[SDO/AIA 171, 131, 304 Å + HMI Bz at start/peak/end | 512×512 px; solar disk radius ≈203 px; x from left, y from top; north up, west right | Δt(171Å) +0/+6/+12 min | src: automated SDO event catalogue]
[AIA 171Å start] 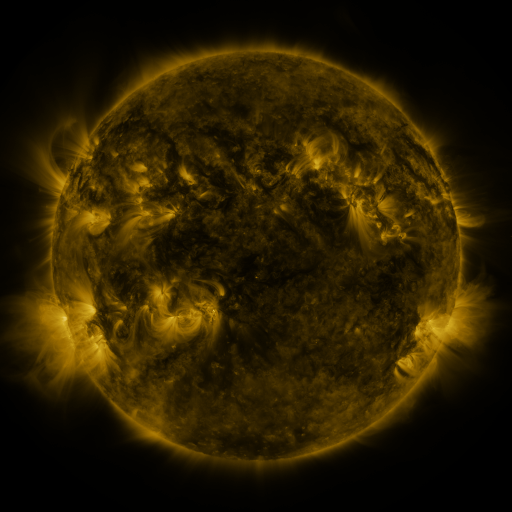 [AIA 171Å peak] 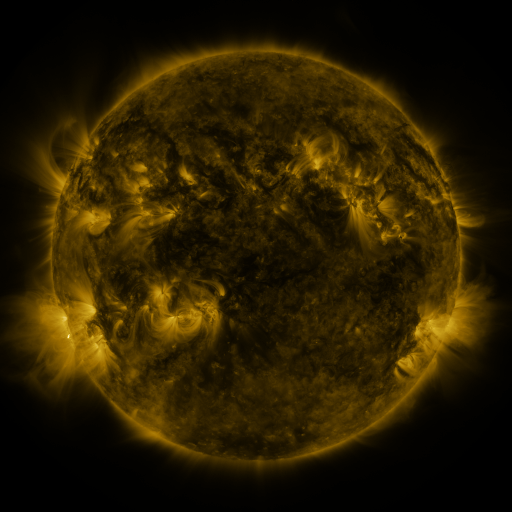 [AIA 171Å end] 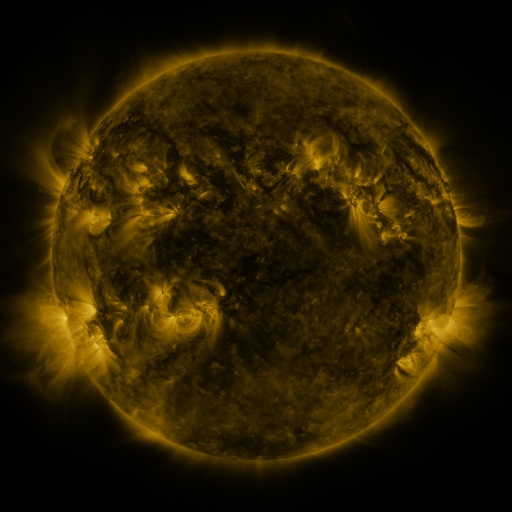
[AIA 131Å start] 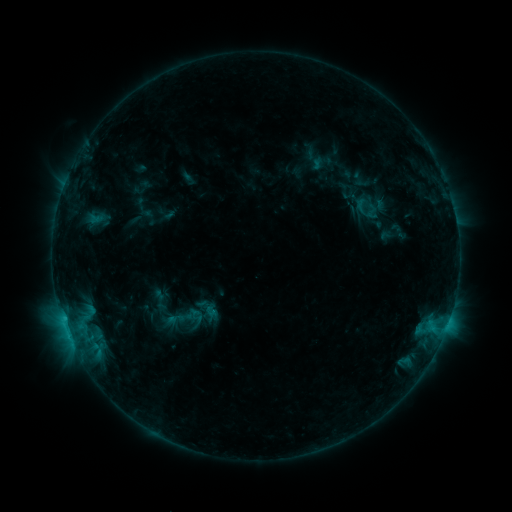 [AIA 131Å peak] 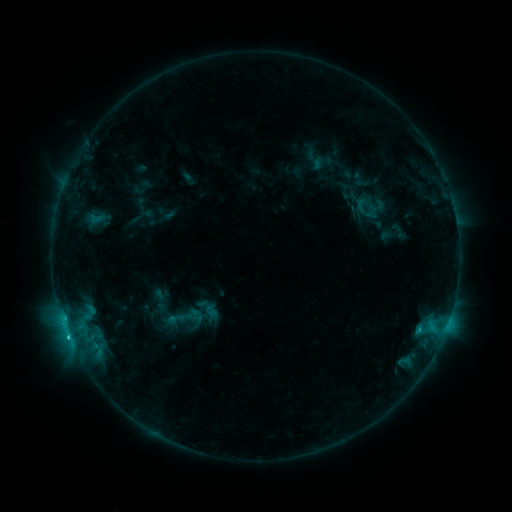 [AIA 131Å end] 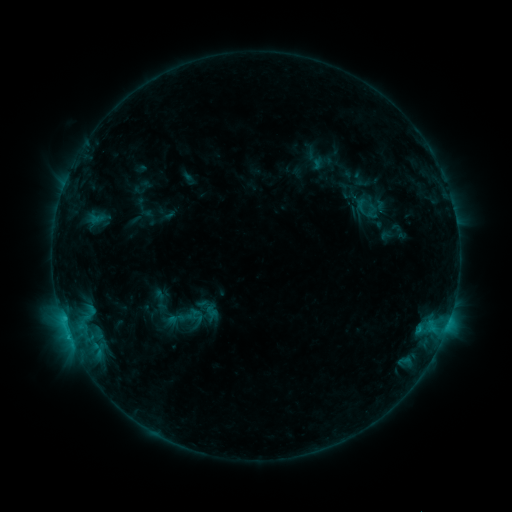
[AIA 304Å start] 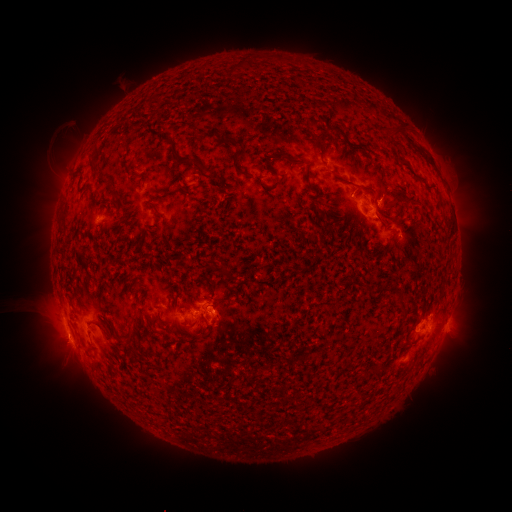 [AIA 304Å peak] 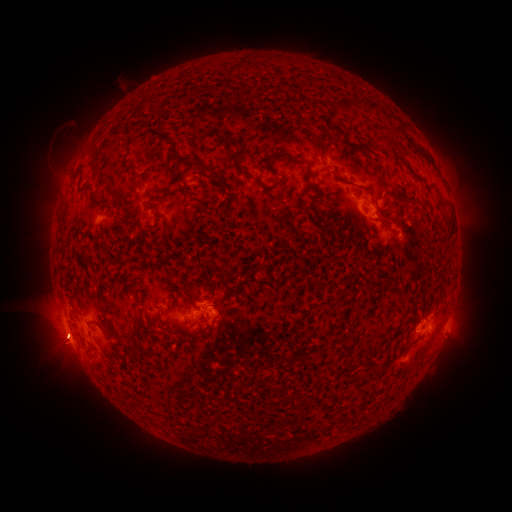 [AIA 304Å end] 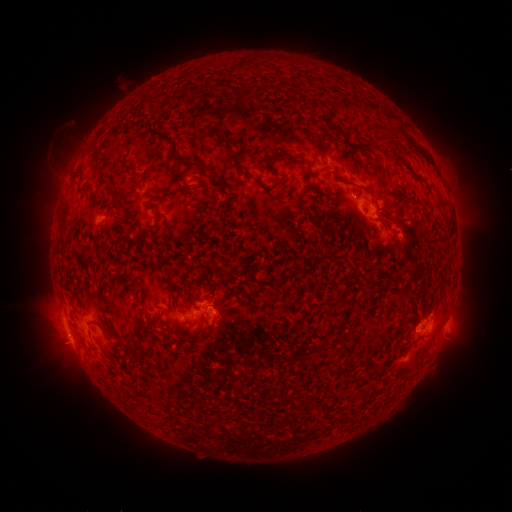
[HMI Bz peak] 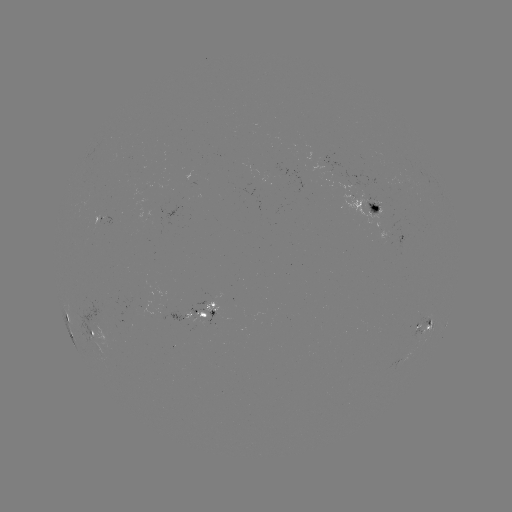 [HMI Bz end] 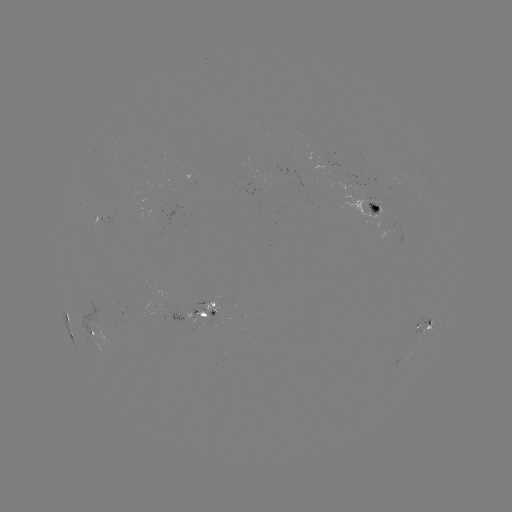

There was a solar flare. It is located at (68, 335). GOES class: C1.1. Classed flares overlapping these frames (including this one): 1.